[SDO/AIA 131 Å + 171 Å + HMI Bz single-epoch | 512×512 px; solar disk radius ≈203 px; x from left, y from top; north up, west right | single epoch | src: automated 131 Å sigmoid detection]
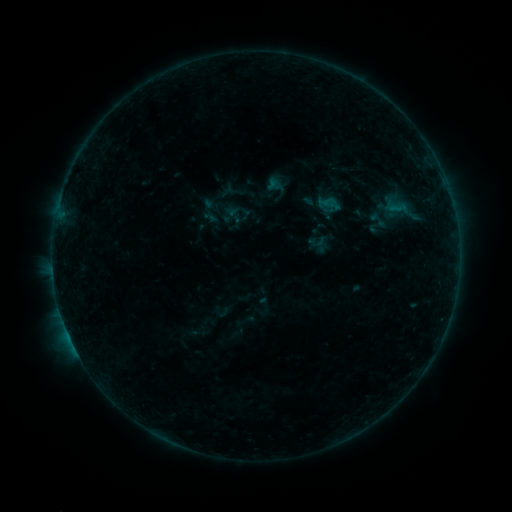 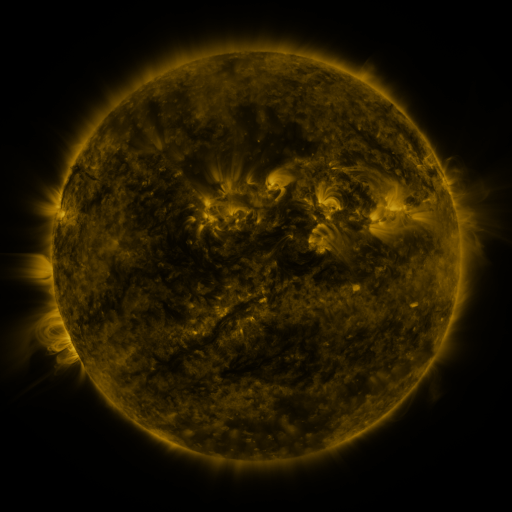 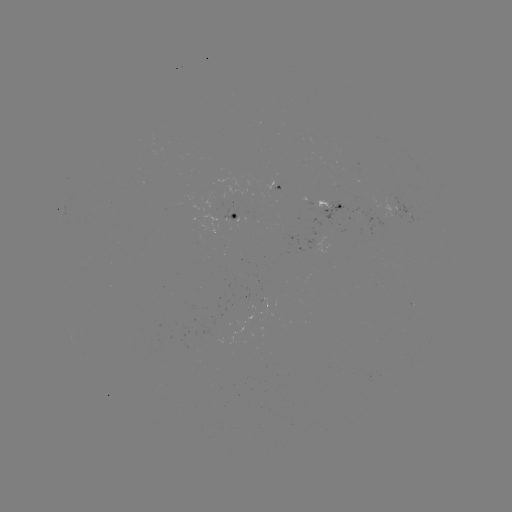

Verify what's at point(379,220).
sigmoid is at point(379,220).